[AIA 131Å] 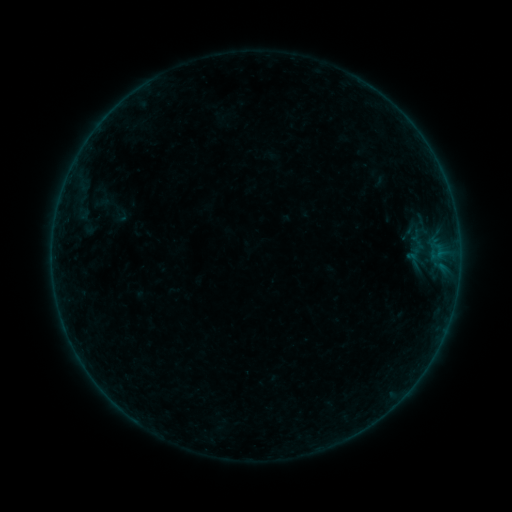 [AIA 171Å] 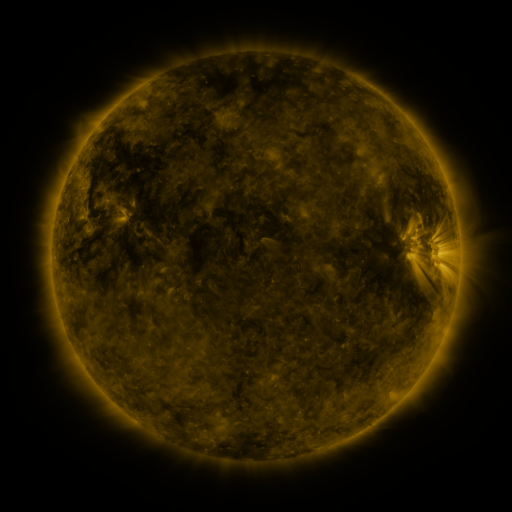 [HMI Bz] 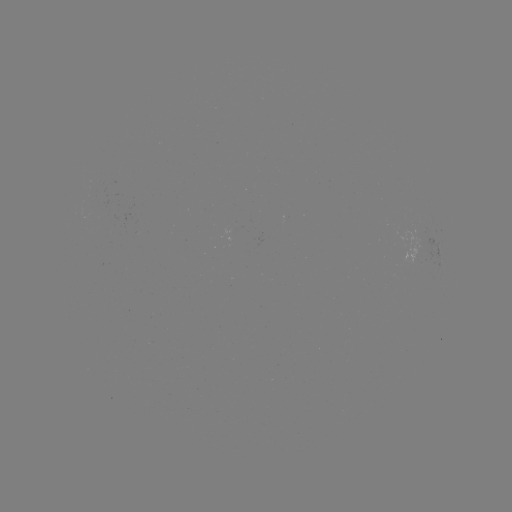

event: sigmoid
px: (413, 259)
